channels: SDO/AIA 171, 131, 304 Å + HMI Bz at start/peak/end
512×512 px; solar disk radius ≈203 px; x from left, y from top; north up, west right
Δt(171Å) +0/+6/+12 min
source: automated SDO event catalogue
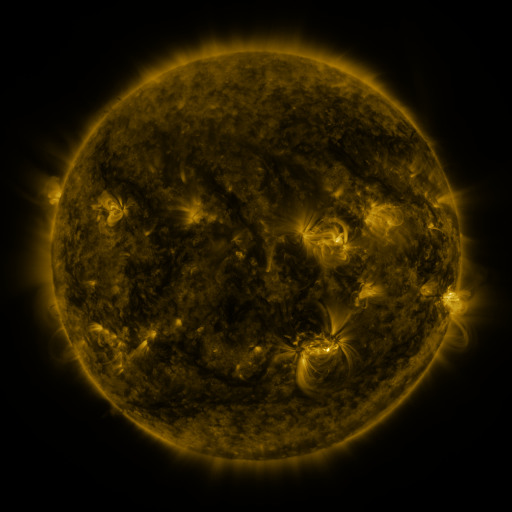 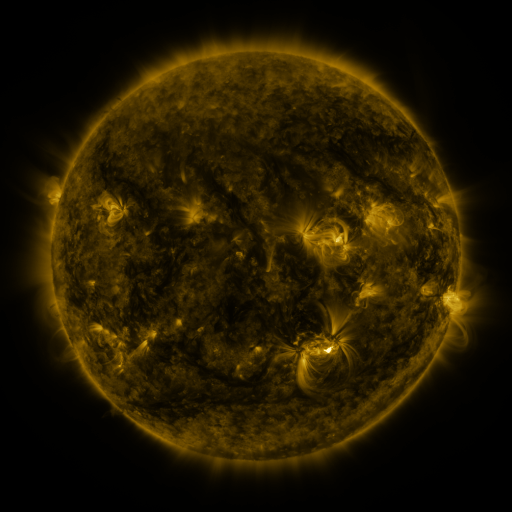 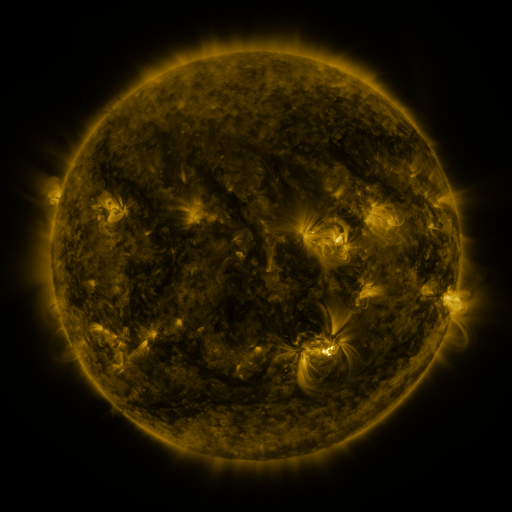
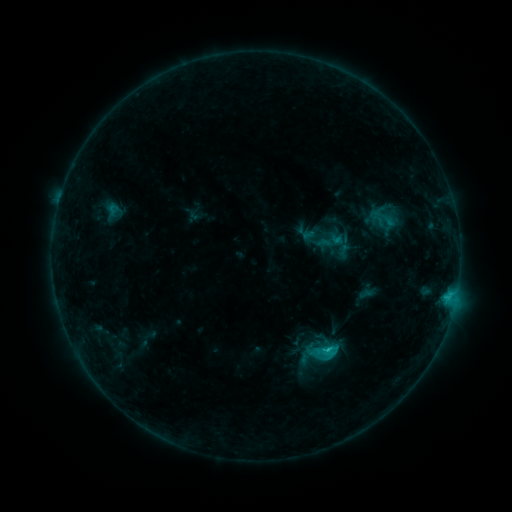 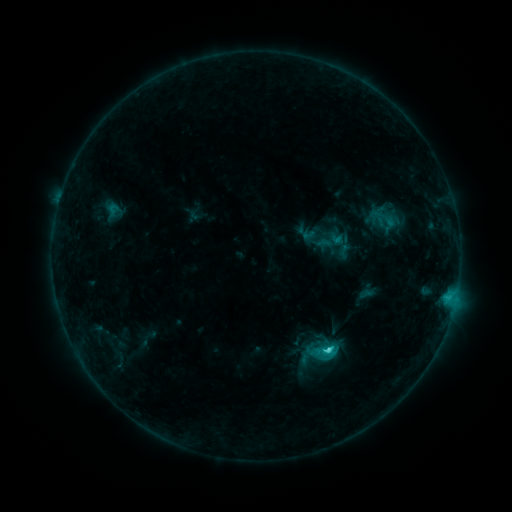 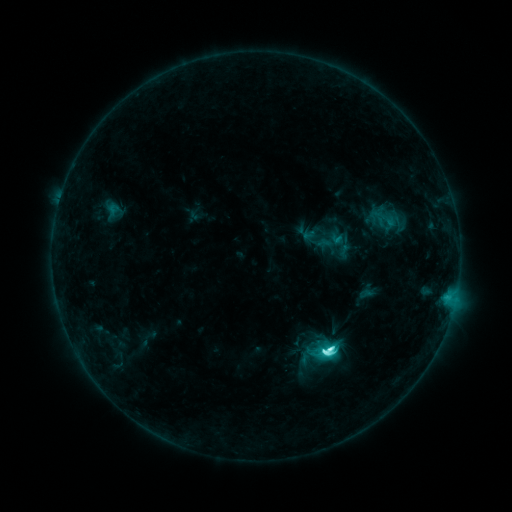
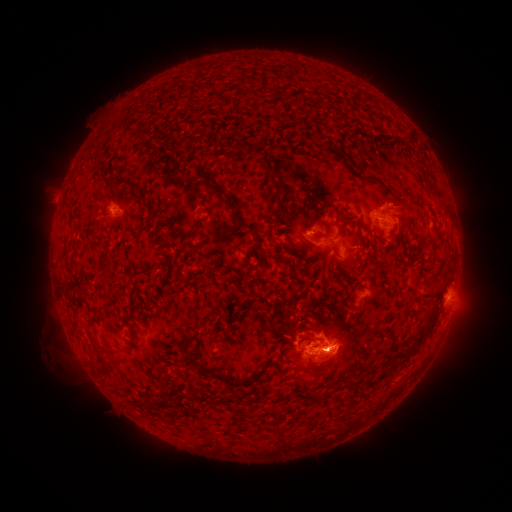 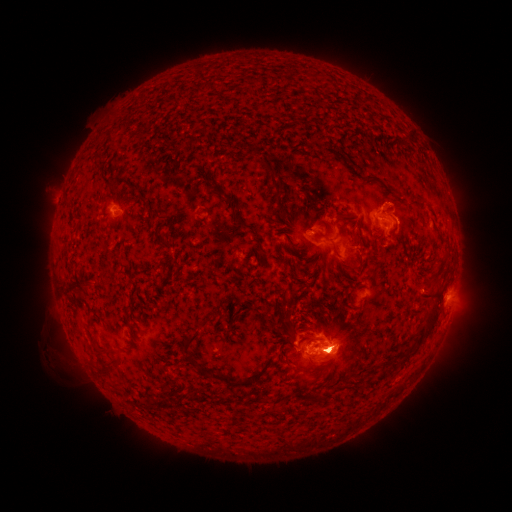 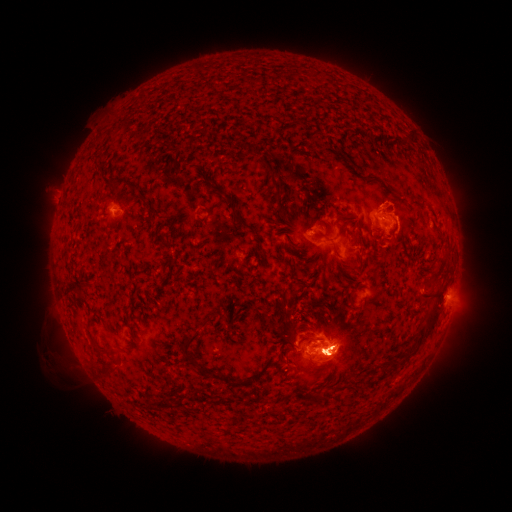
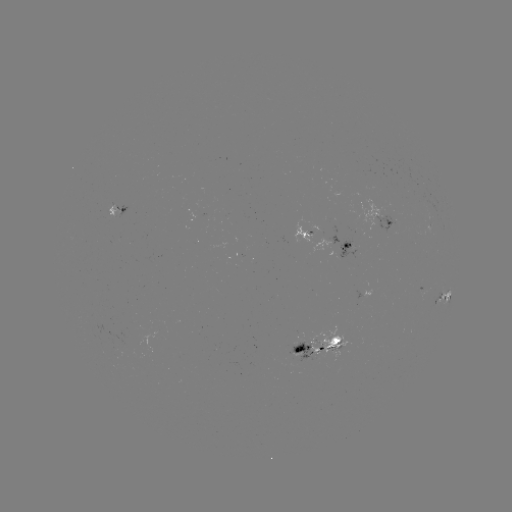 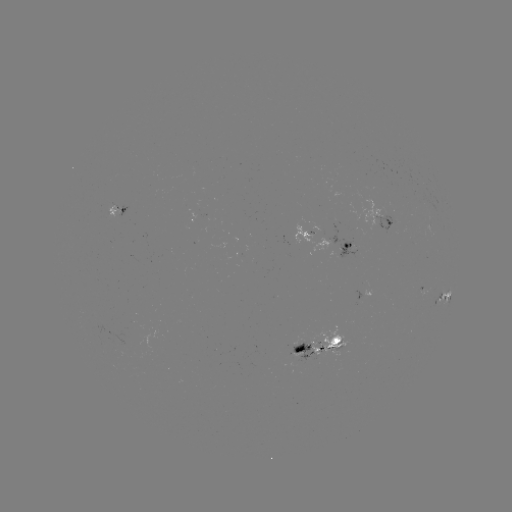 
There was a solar eruption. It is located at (334, 411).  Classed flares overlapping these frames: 1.